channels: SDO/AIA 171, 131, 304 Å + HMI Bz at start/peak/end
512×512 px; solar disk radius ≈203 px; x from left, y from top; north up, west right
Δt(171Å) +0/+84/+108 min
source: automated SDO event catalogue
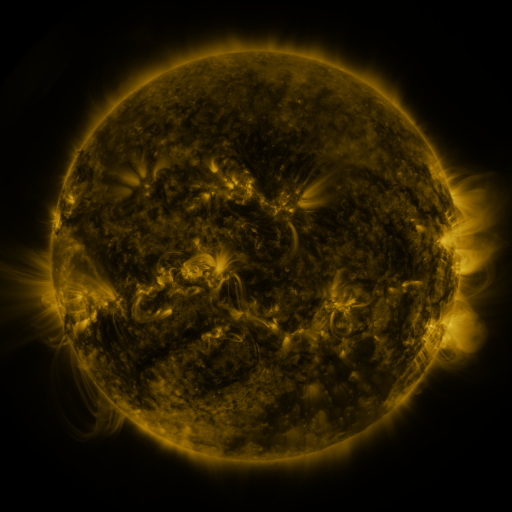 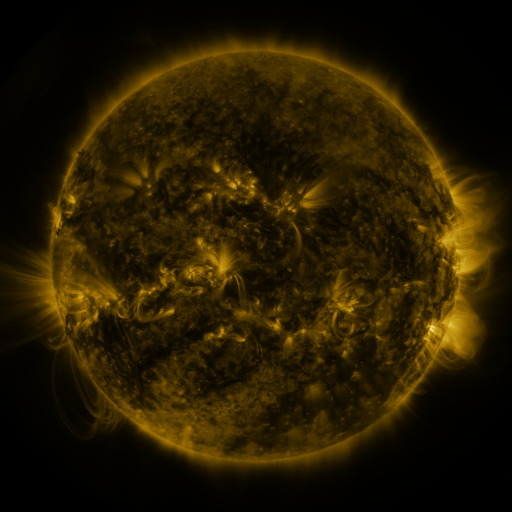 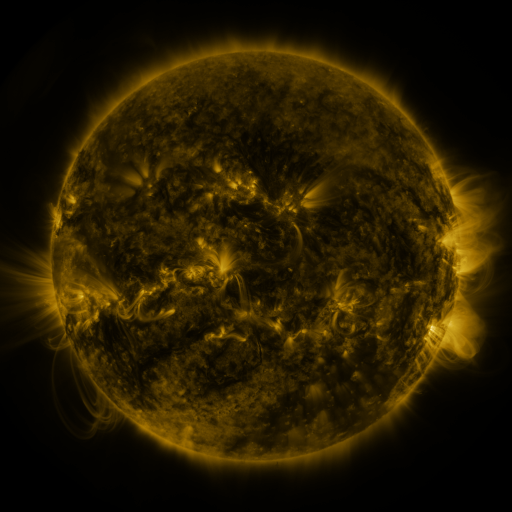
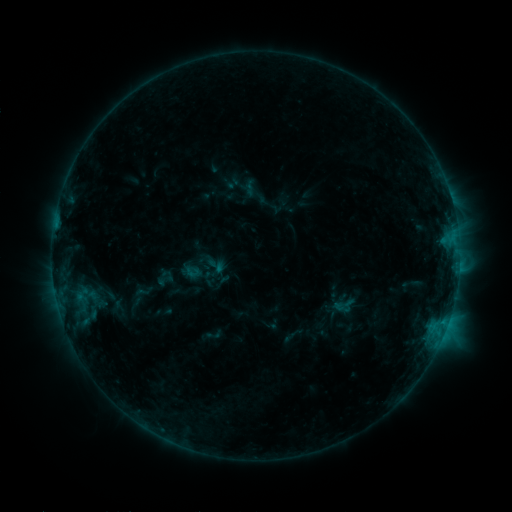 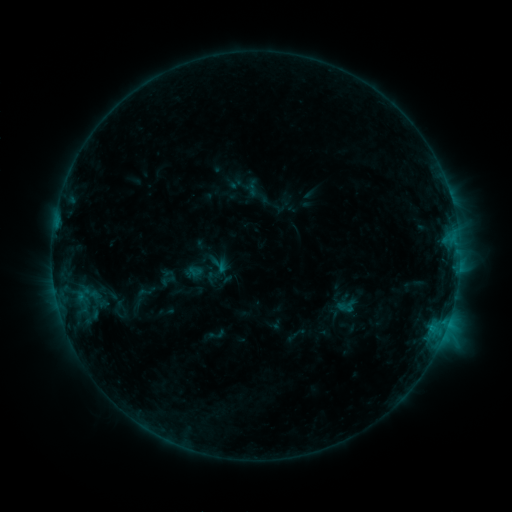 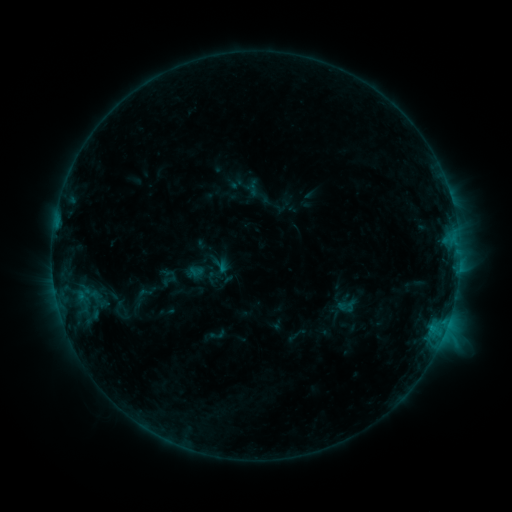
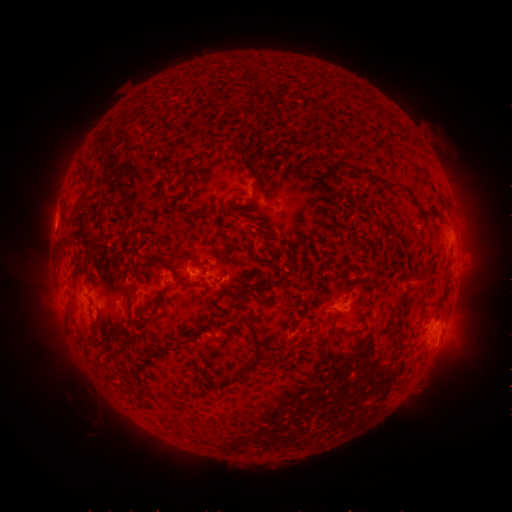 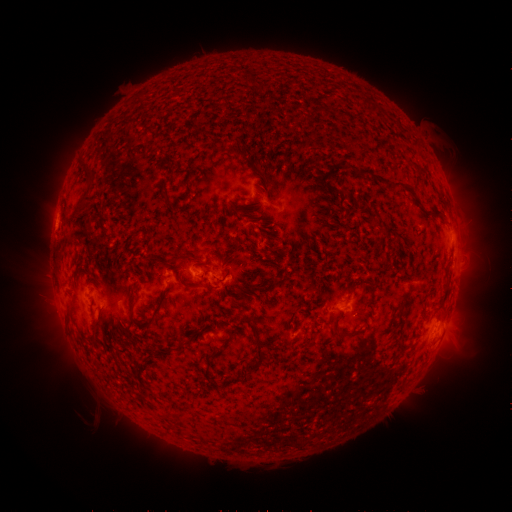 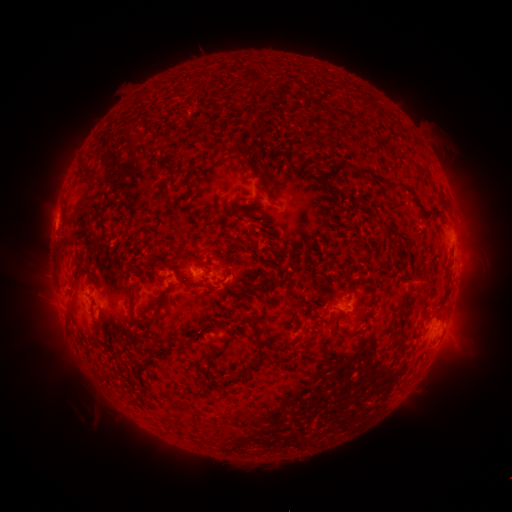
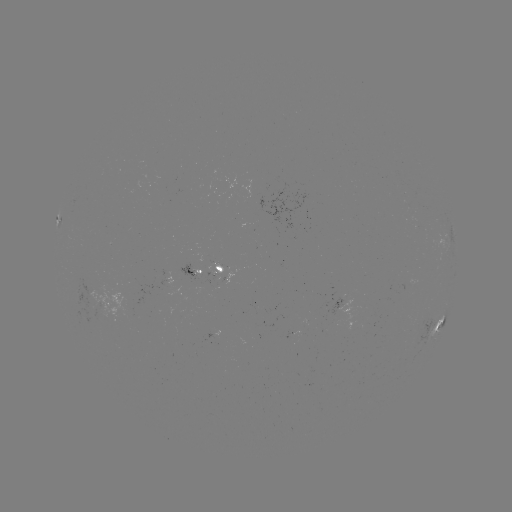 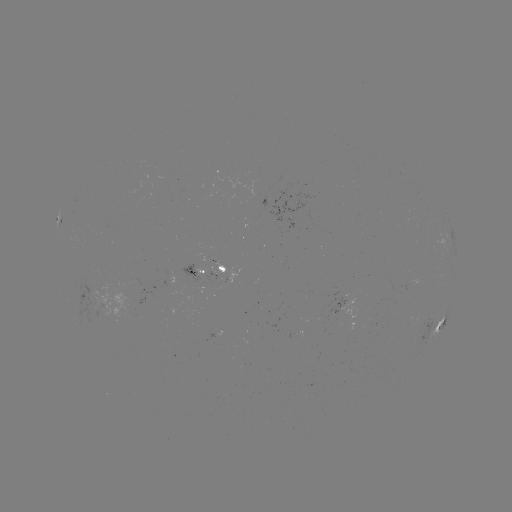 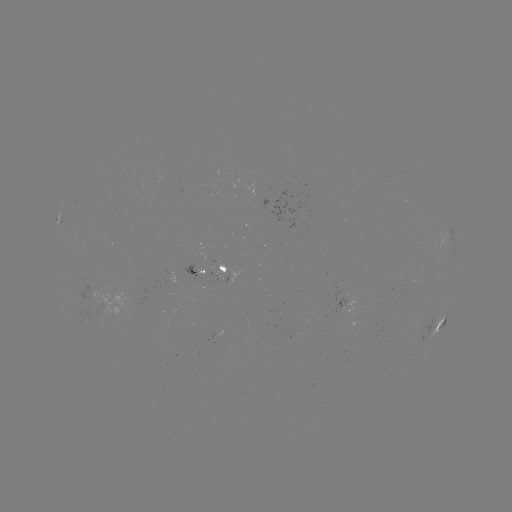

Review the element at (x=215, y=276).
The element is emerging-flux region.